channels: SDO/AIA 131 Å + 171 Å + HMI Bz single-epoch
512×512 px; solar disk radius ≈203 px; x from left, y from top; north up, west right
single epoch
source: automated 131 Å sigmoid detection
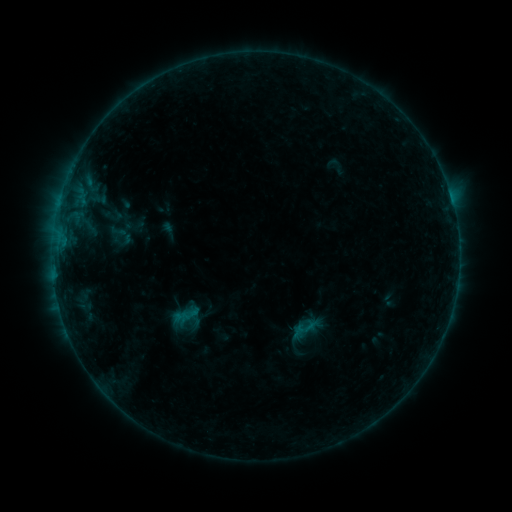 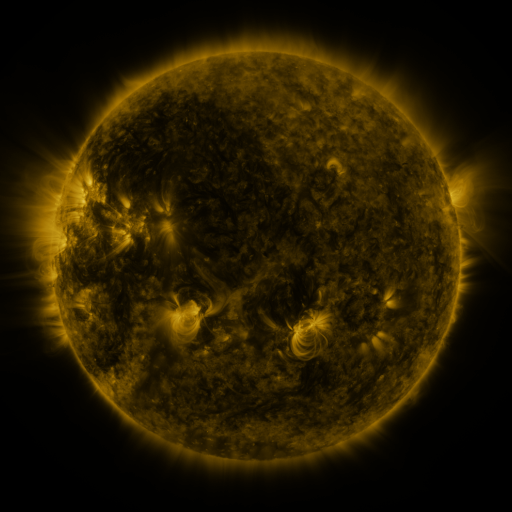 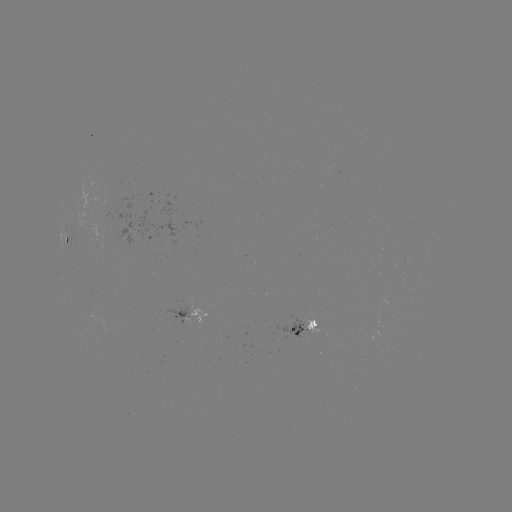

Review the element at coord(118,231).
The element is sigmoid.